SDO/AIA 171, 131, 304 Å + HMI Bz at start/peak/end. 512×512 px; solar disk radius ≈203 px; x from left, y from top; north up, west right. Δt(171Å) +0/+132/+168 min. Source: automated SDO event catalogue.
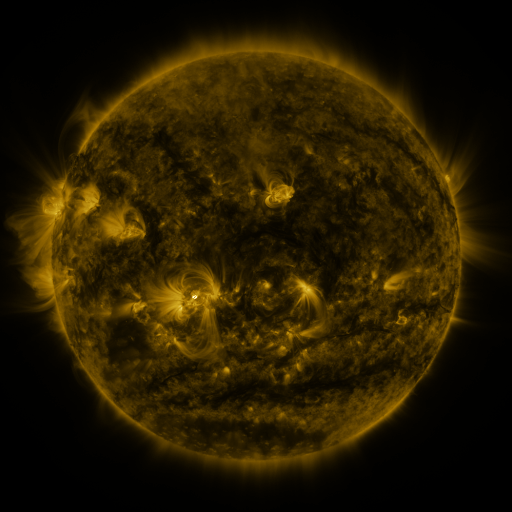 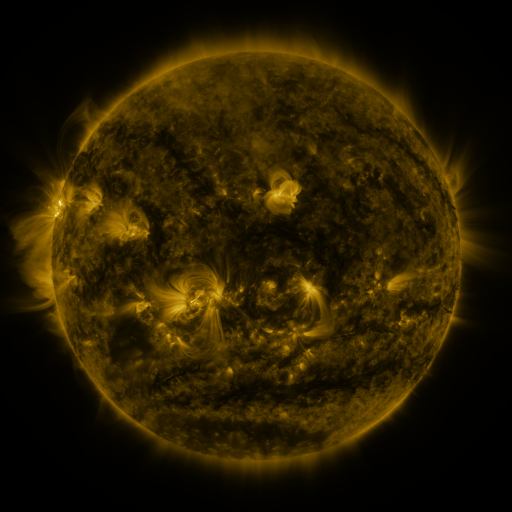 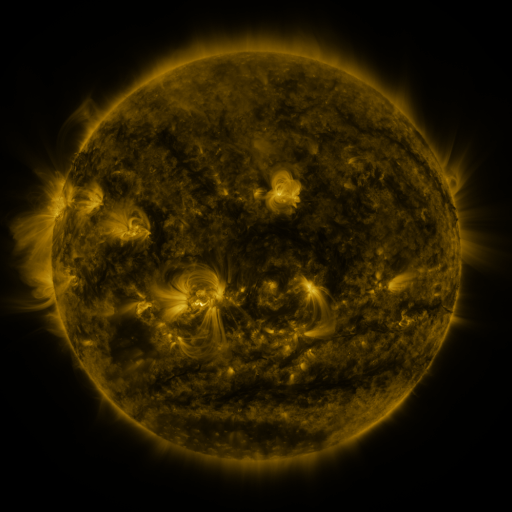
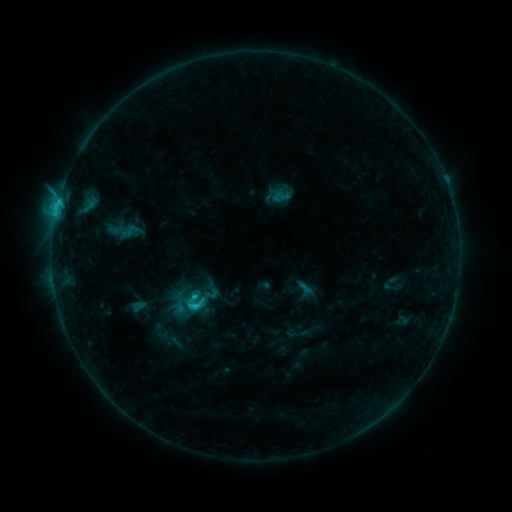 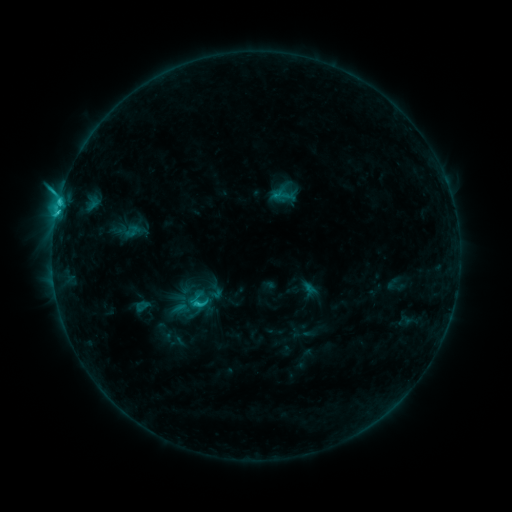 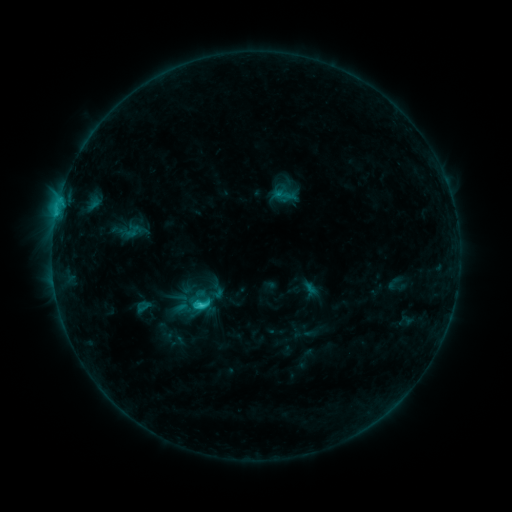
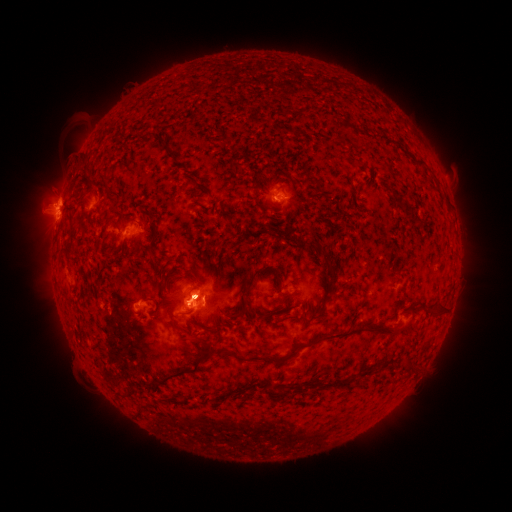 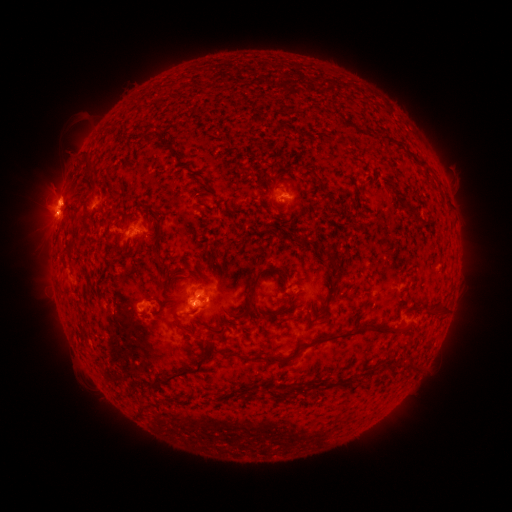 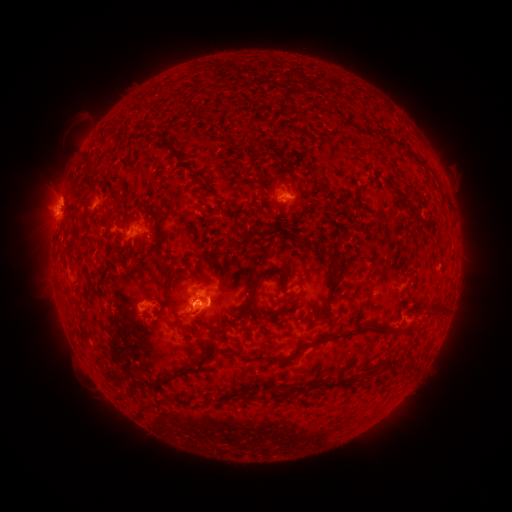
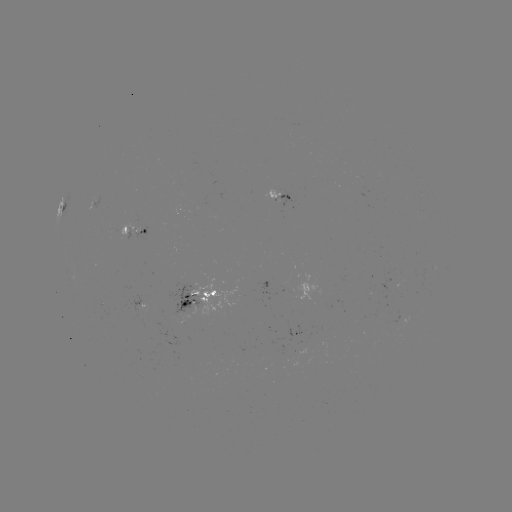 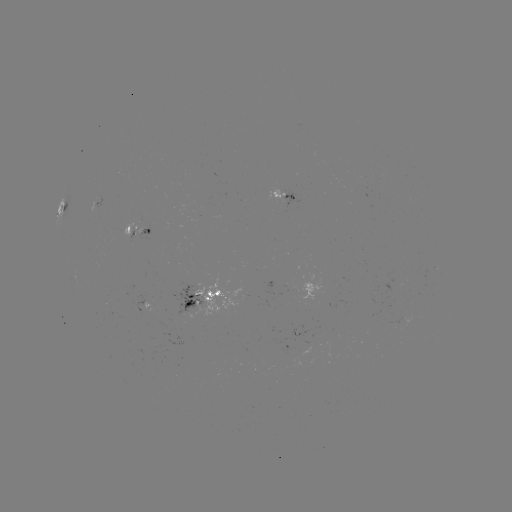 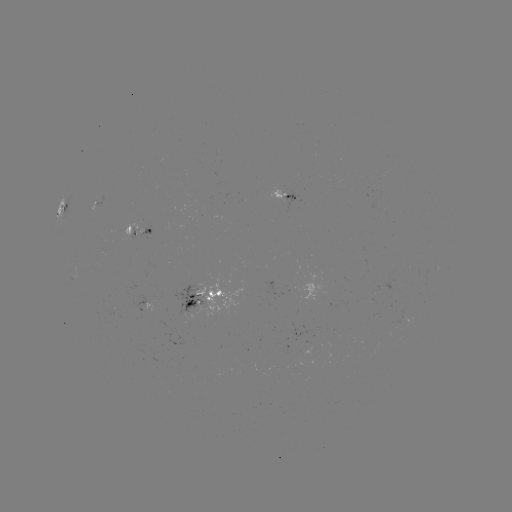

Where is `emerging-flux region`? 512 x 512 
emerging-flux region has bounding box [128, 362, 139, 367].